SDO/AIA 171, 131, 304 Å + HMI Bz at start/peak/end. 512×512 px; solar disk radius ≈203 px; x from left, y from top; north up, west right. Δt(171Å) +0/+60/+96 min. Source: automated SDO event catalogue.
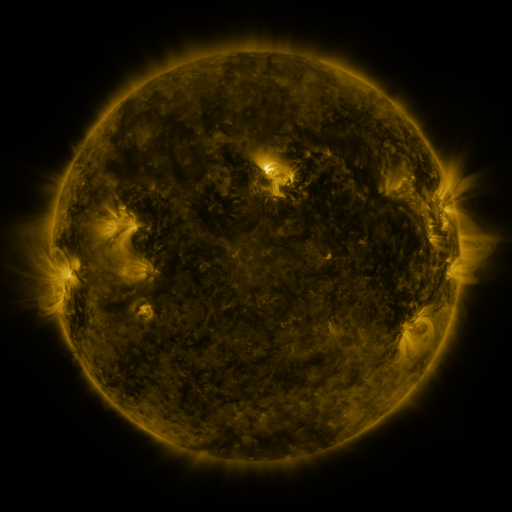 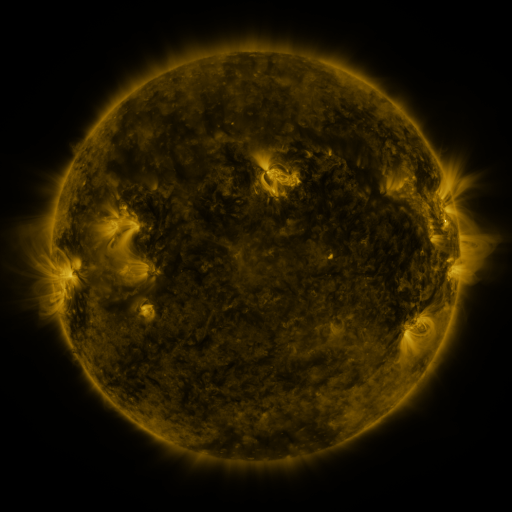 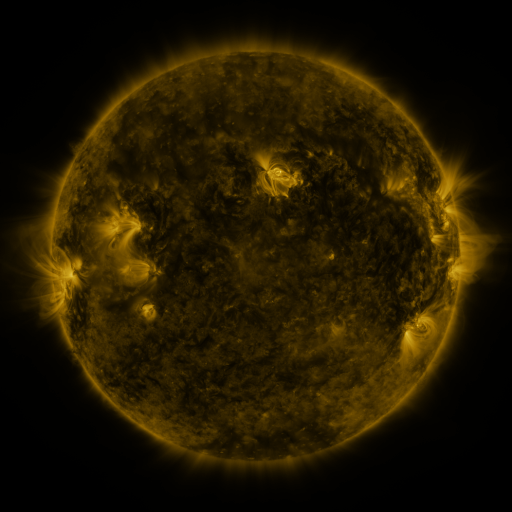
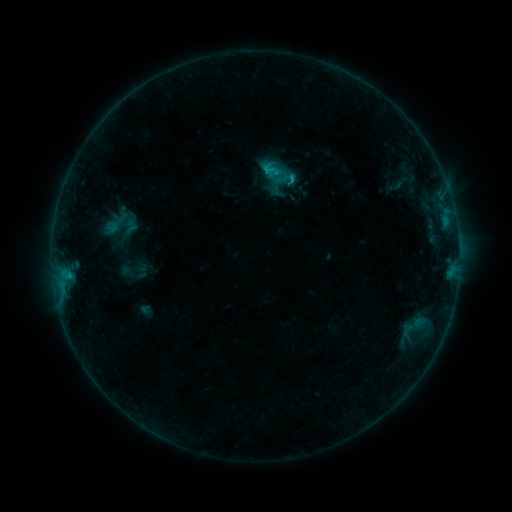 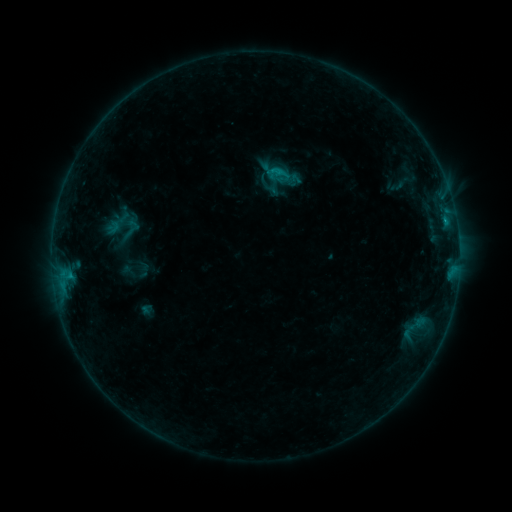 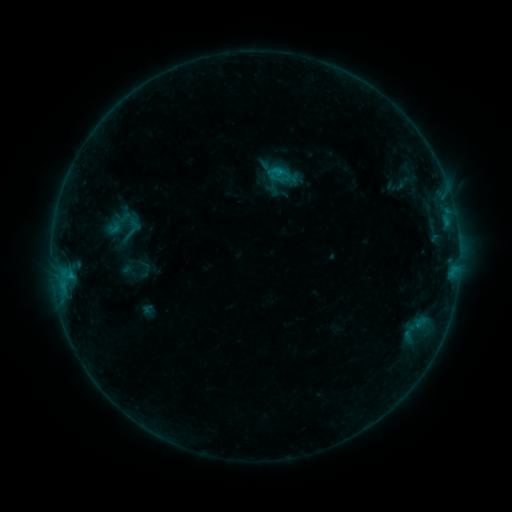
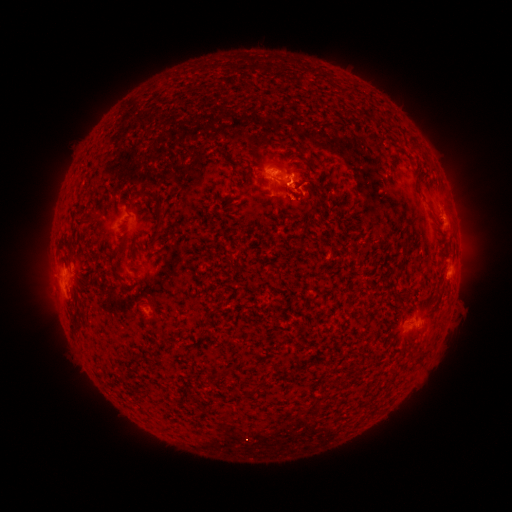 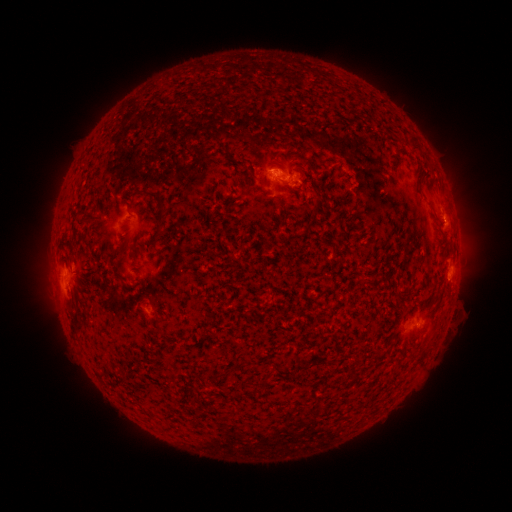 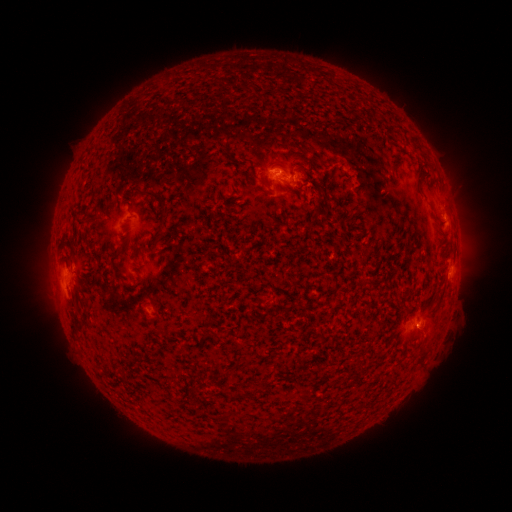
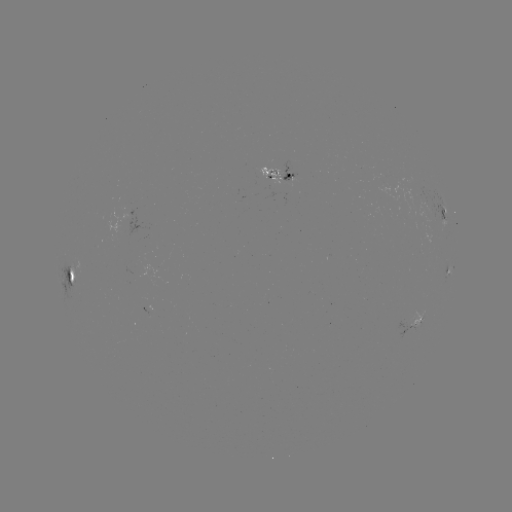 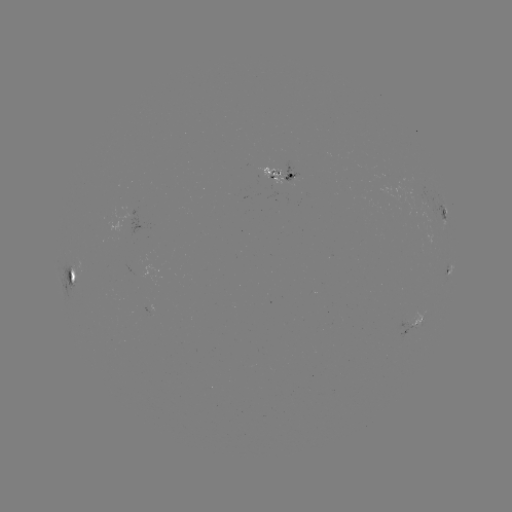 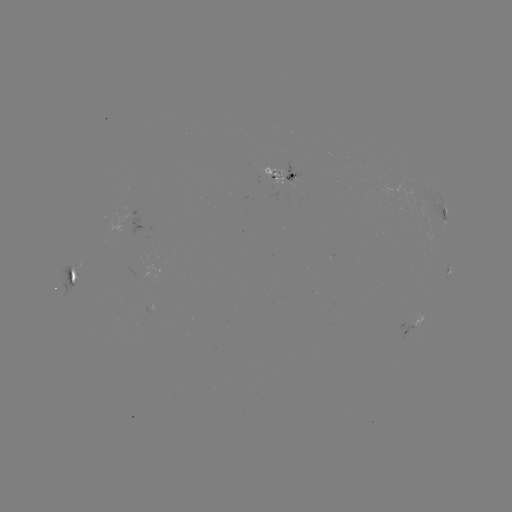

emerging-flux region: (282, 162, 303, 182)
